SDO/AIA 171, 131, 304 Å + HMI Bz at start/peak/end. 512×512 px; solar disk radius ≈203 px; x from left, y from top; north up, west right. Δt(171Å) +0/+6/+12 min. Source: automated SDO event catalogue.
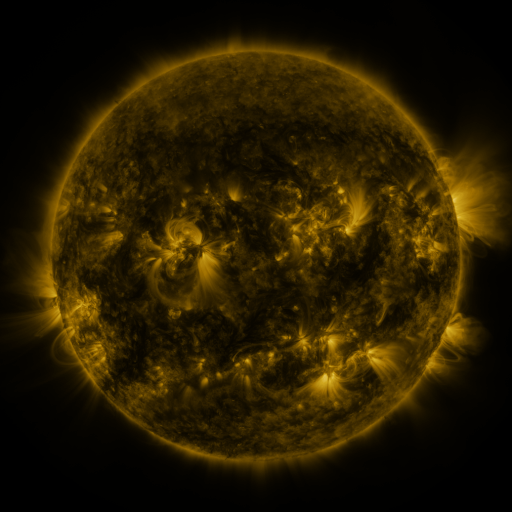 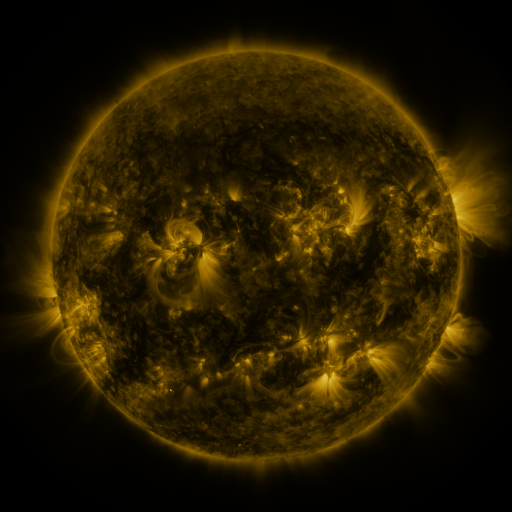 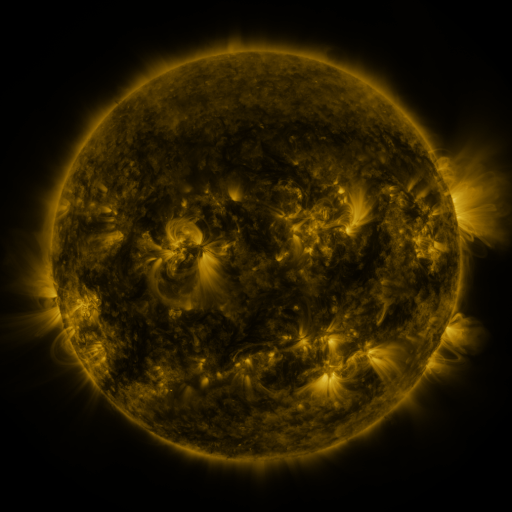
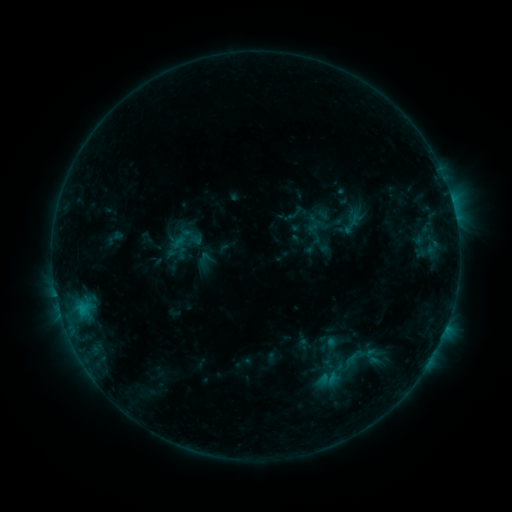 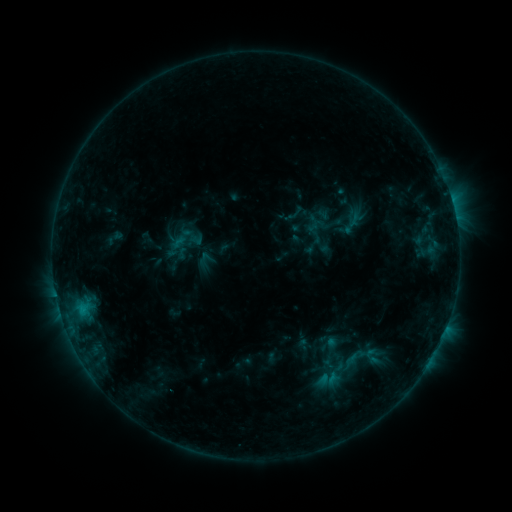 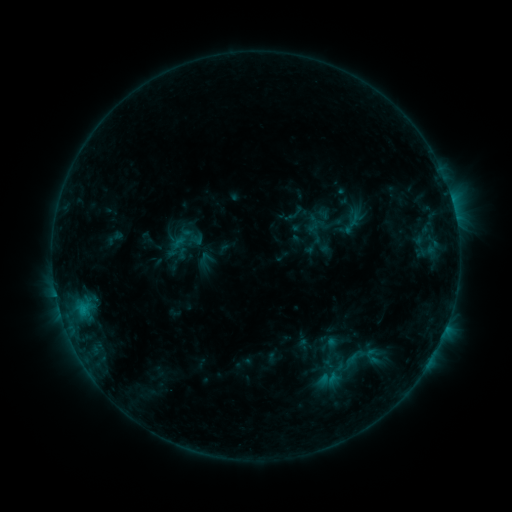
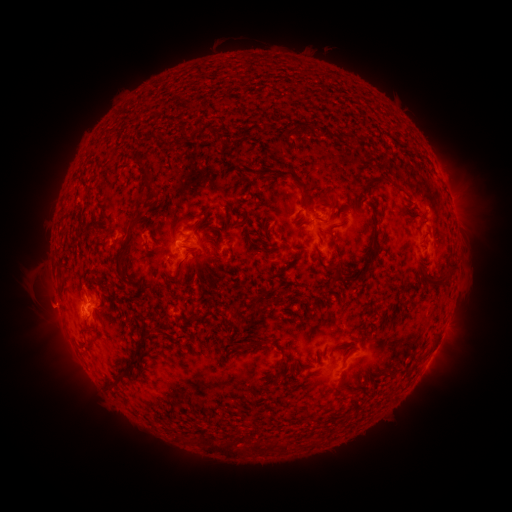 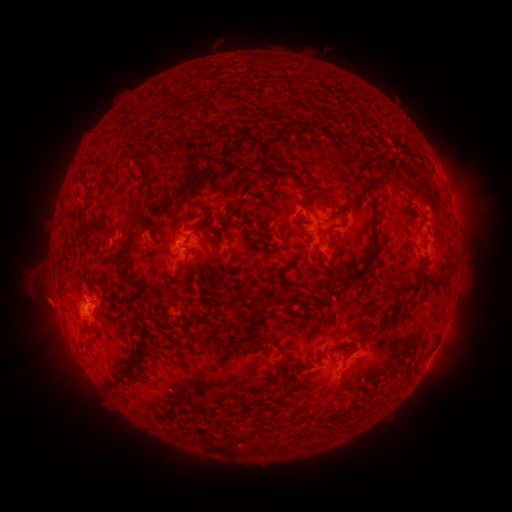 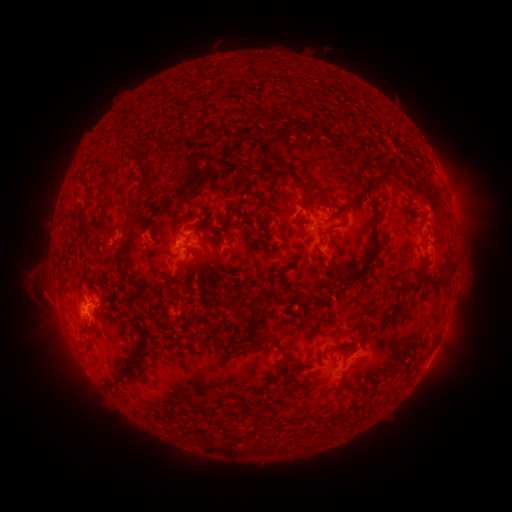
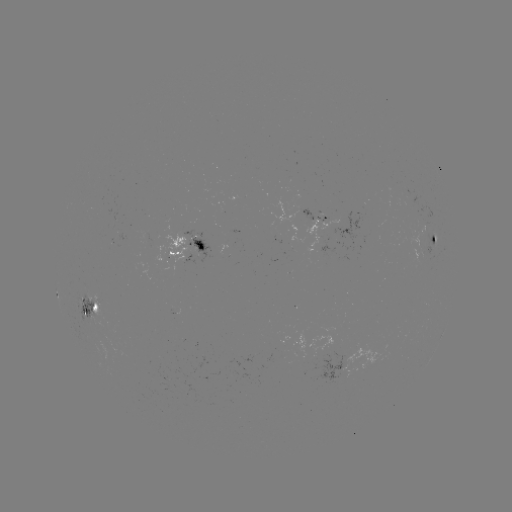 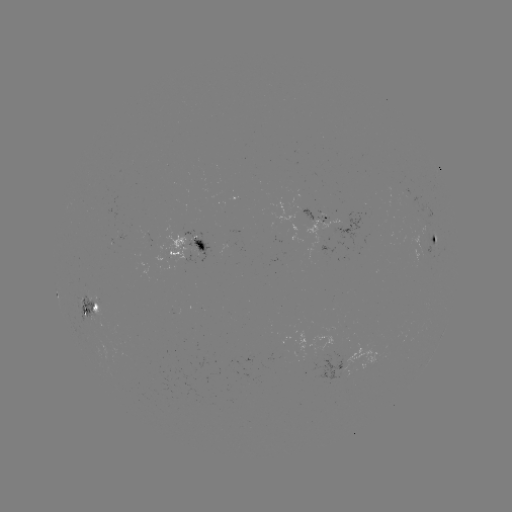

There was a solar eruption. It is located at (46, 302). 